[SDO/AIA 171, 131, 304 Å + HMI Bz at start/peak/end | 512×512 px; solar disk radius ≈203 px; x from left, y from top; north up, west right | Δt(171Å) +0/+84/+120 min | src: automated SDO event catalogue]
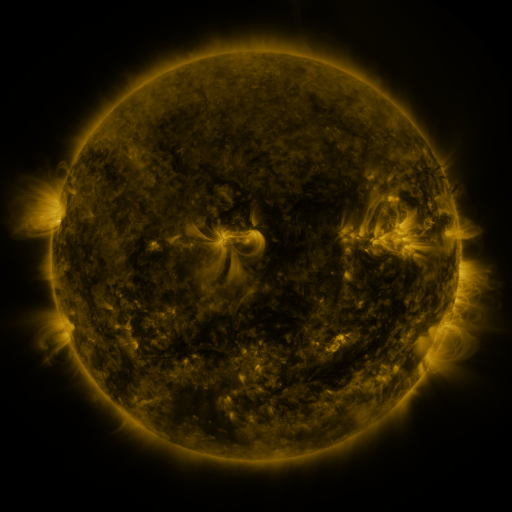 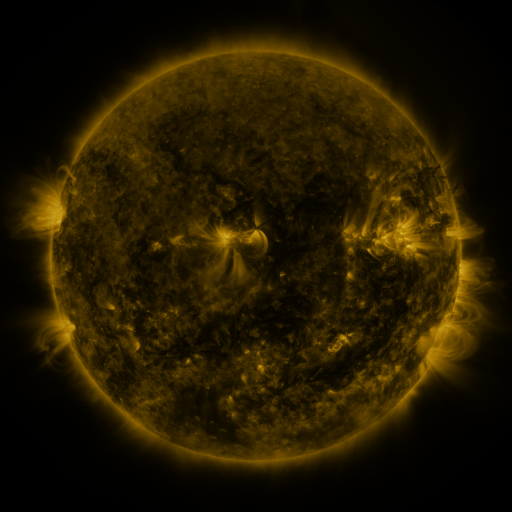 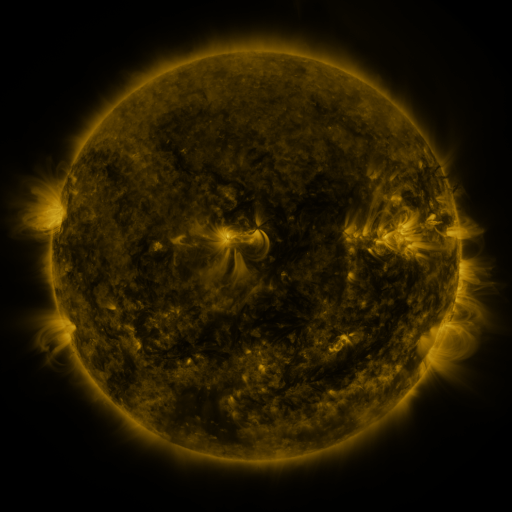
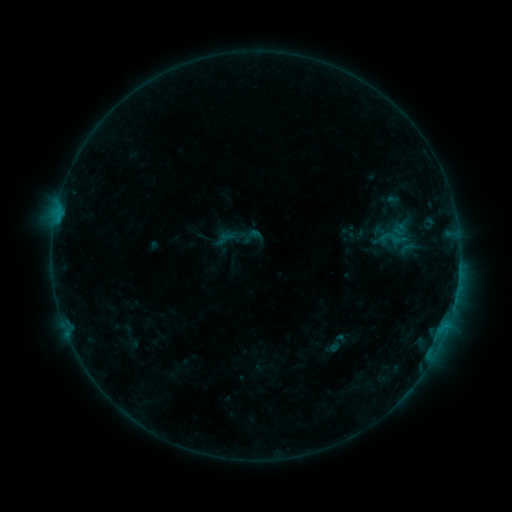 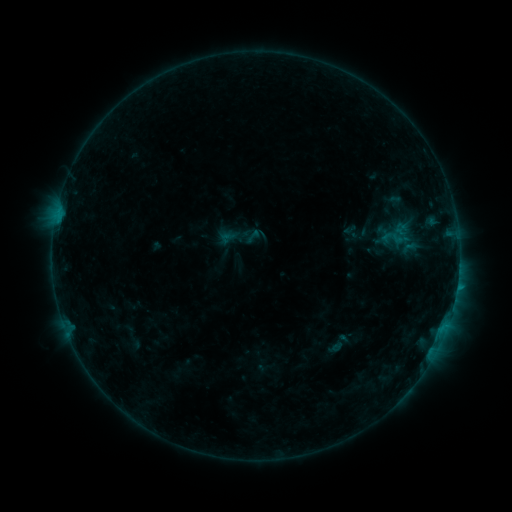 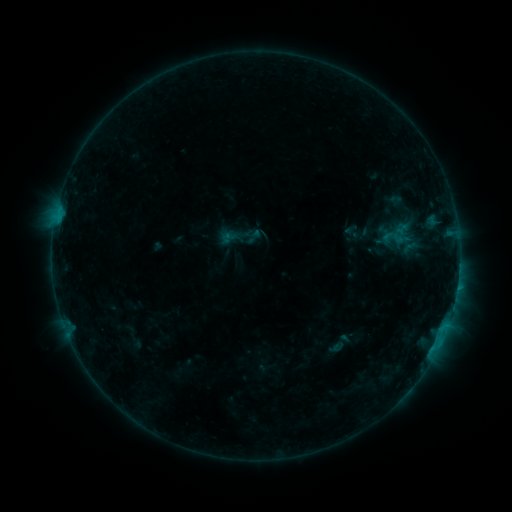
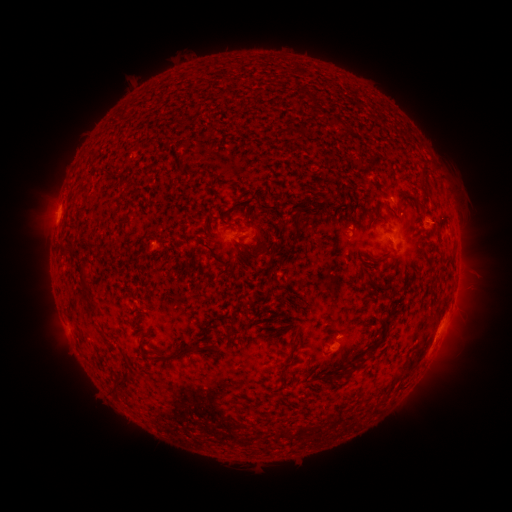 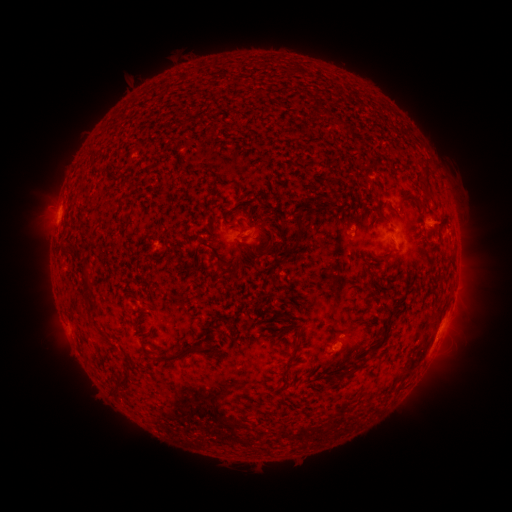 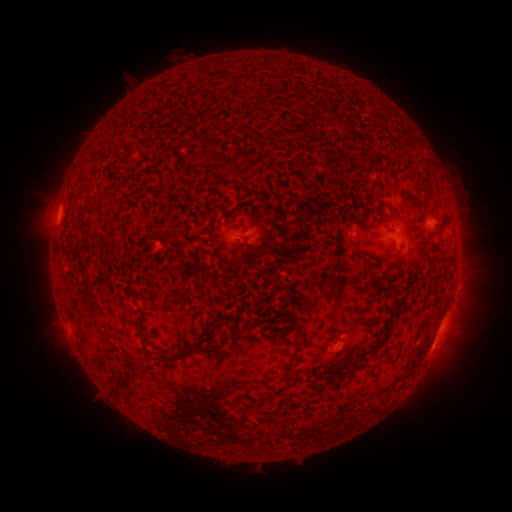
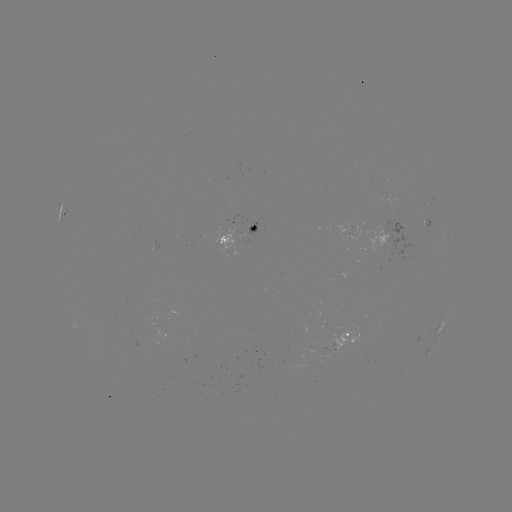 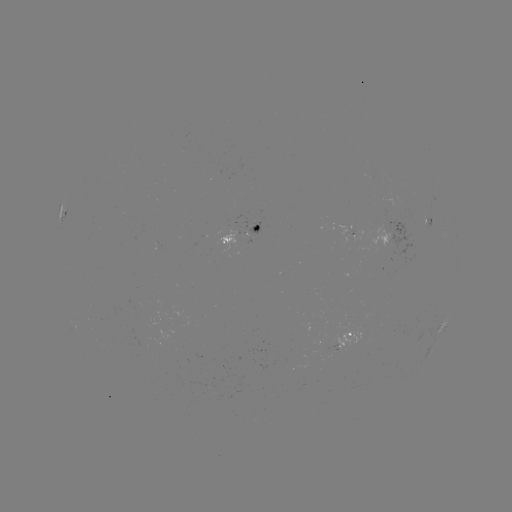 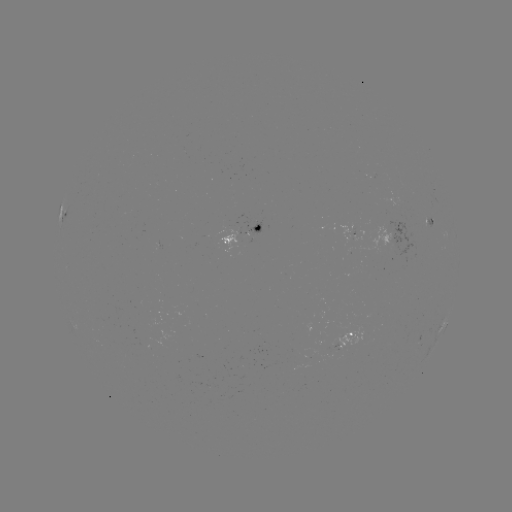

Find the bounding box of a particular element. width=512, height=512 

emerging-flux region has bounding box [246, 218, 261, 234].